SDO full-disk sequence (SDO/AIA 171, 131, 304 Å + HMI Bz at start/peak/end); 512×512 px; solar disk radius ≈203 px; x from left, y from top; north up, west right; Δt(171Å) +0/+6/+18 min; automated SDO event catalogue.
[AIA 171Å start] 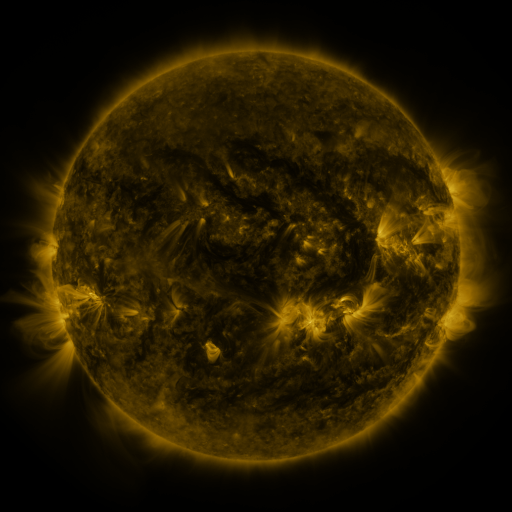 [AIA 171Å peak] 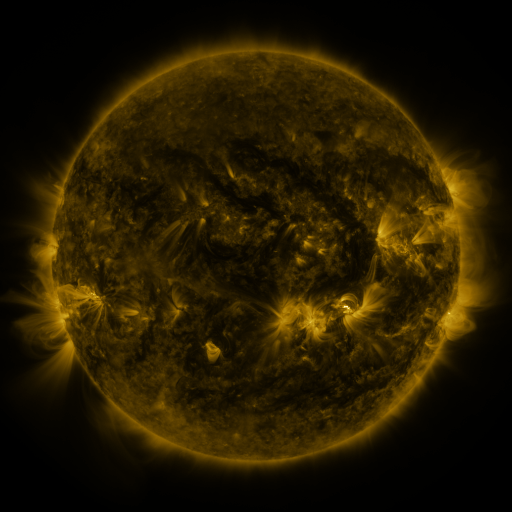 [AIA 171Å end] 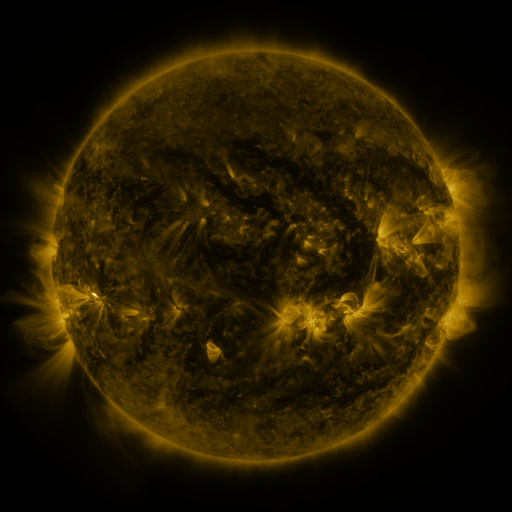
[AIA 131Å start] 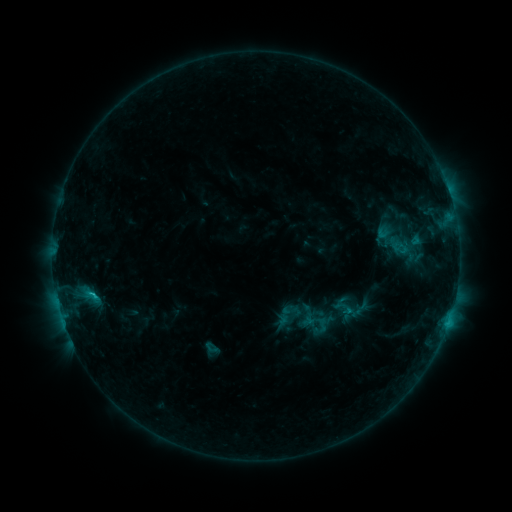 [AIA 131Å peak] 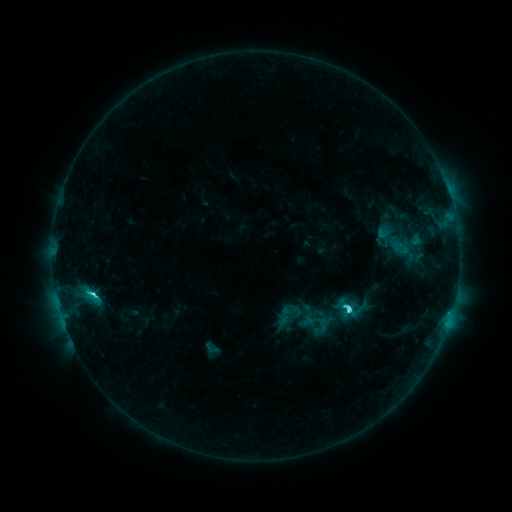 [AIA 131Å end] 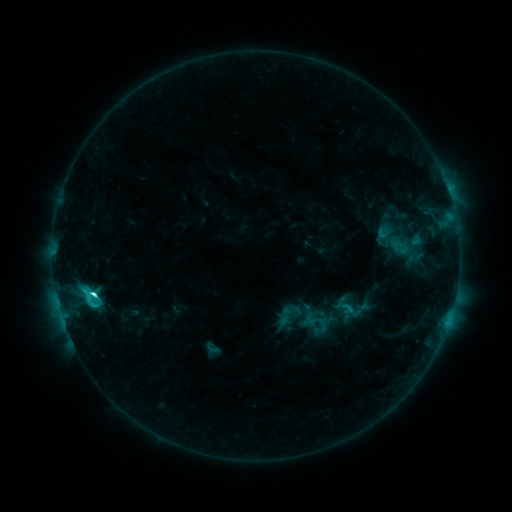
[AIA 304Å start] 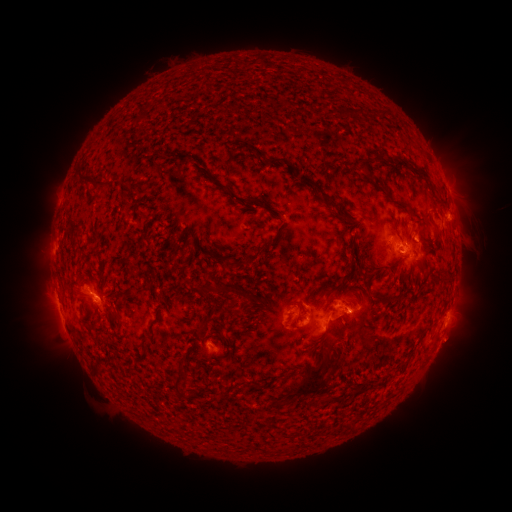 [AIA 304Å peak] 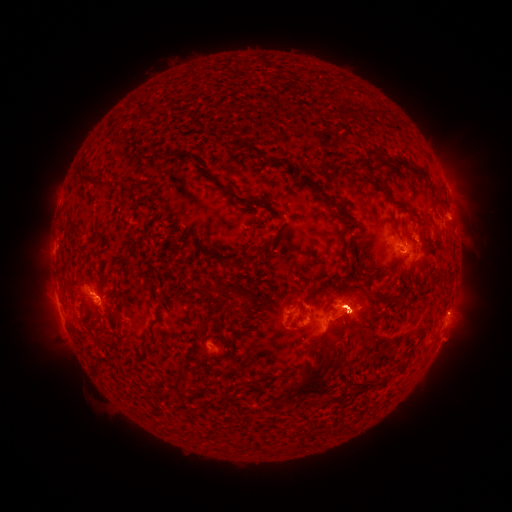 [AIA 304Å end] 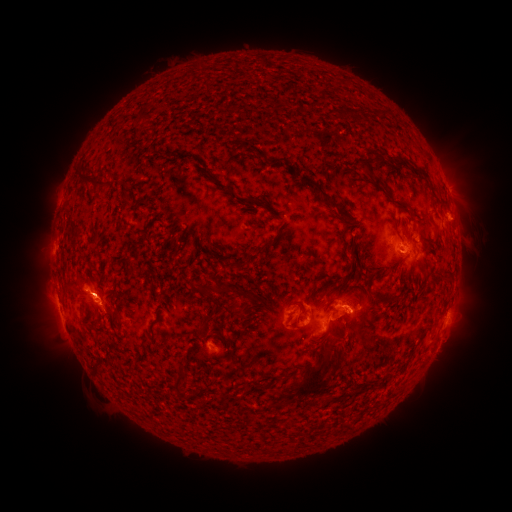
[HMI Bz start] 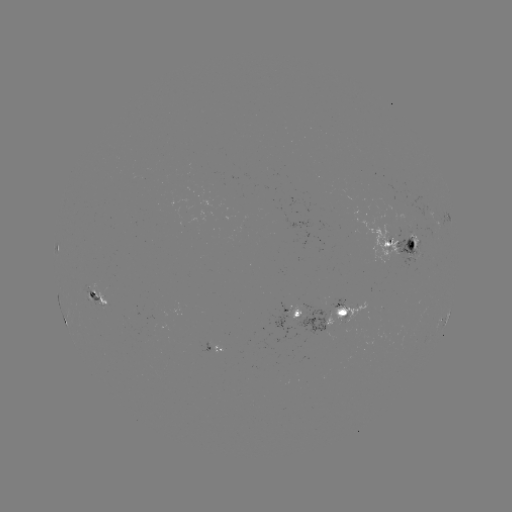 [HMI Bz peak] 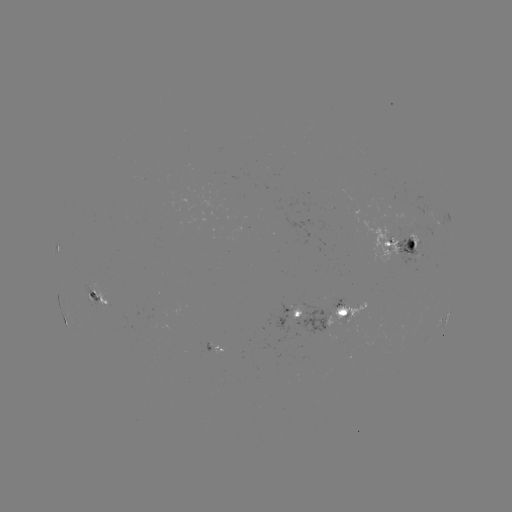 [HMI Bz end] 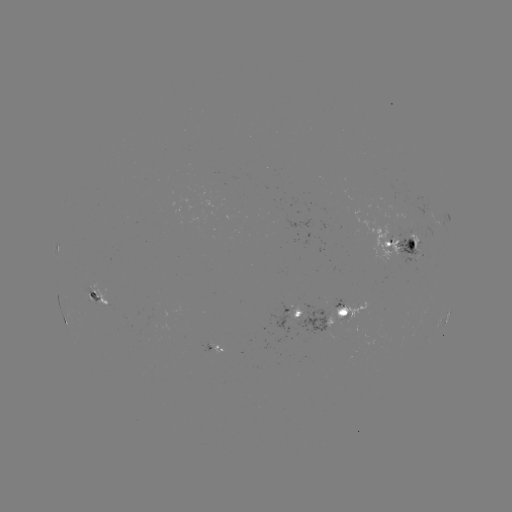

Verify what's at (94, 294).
C8.8 flare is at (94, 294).